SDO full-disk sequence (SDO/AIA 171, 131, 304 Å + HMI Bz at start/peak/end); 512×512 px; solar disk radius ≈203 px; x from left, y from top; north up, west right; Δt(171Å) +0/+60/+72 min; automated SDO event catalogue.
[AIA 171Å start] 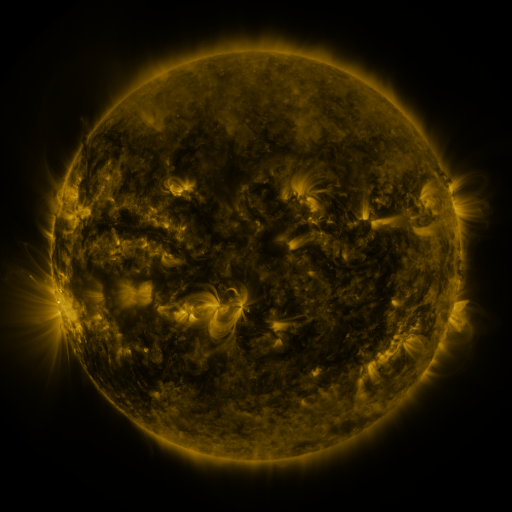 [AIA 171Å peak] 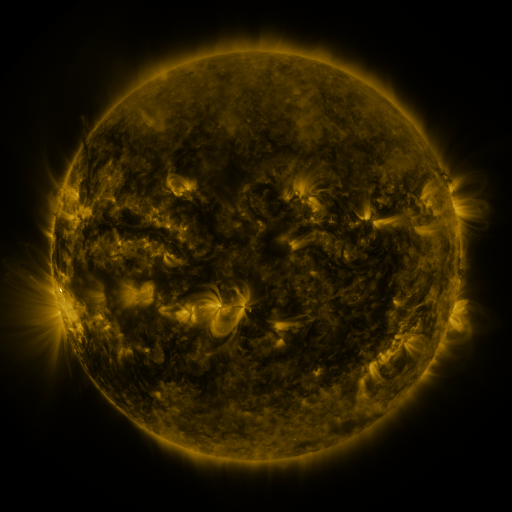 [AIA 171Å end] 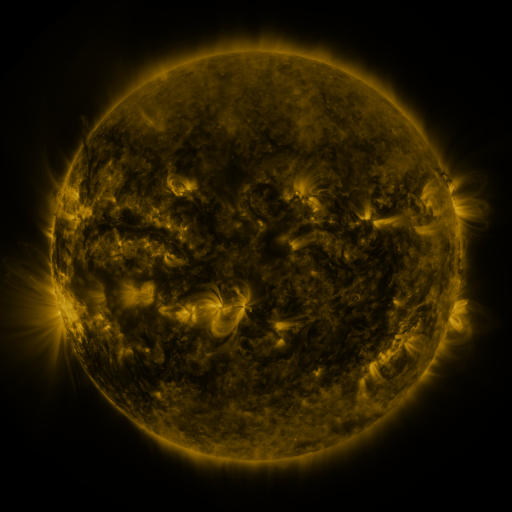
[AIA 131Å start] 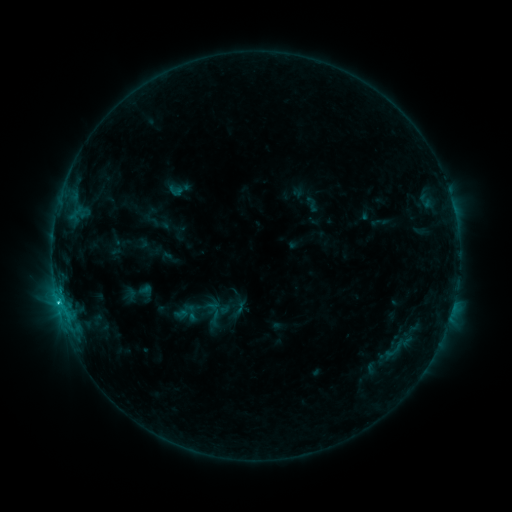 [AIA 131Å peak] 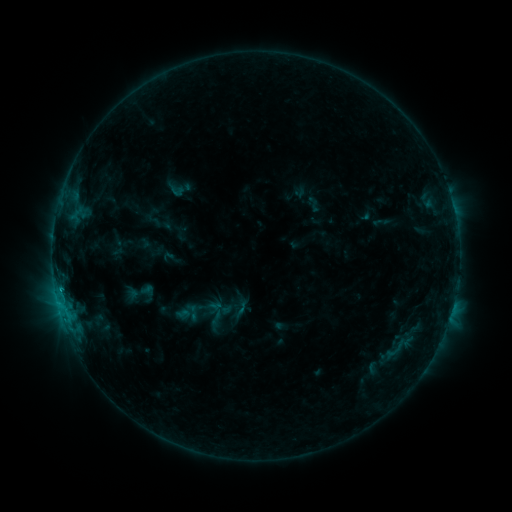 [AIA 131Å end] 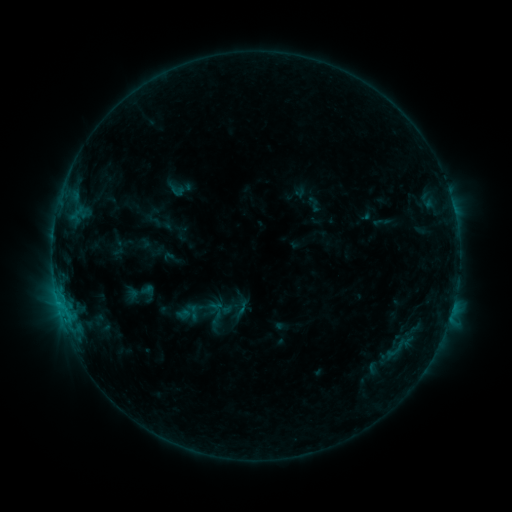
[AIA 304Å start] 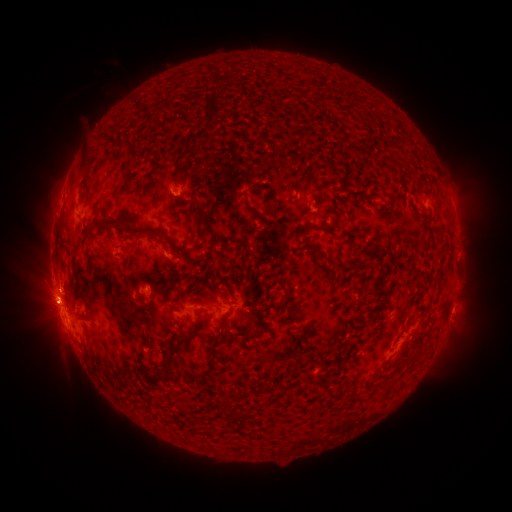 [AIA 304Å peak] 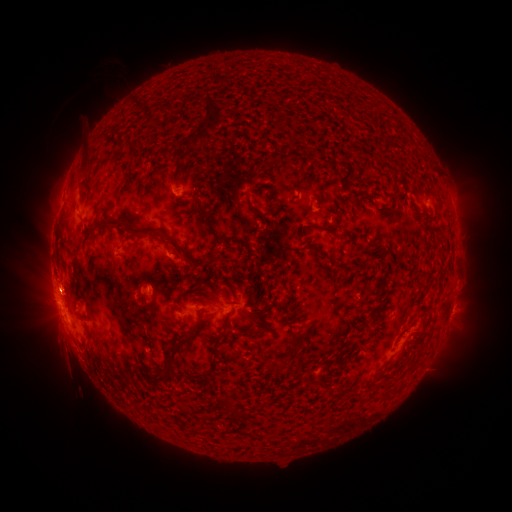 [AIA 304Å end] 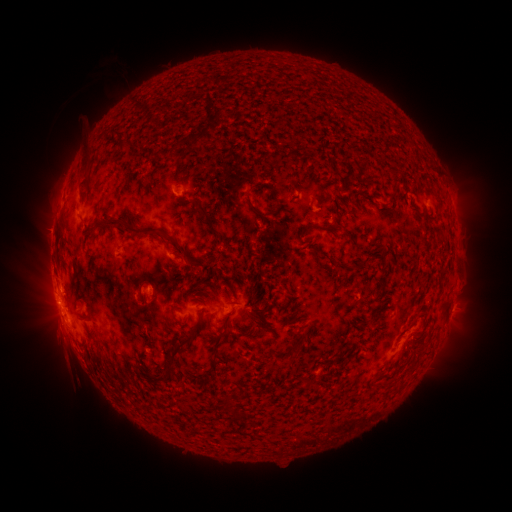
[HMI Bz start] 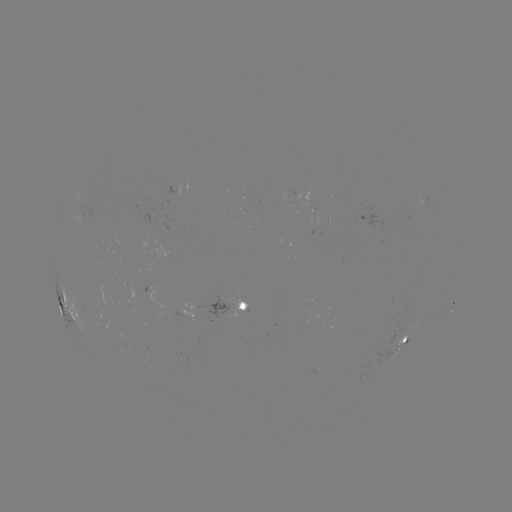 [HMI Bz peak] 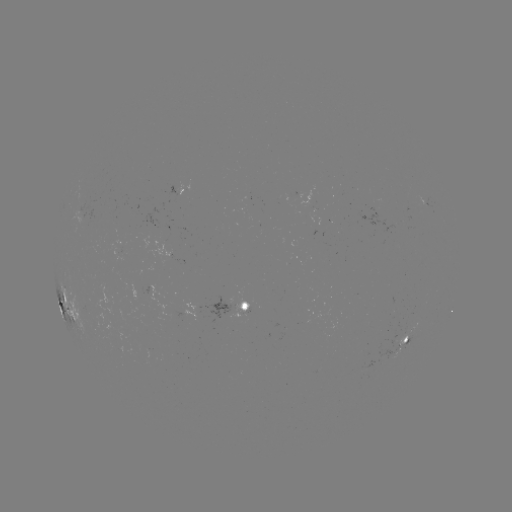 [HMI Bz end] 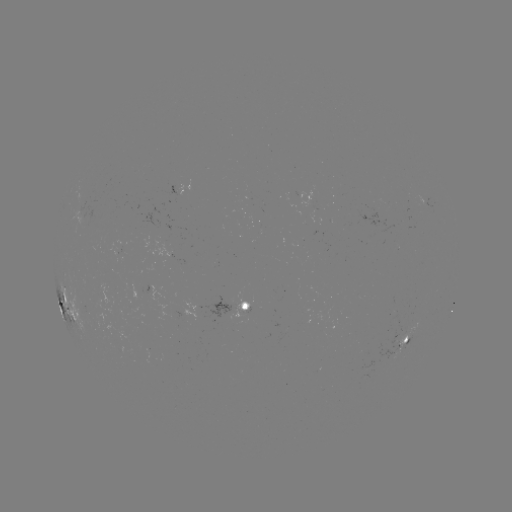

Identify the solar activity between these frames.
emerging-flux region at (309, 203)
